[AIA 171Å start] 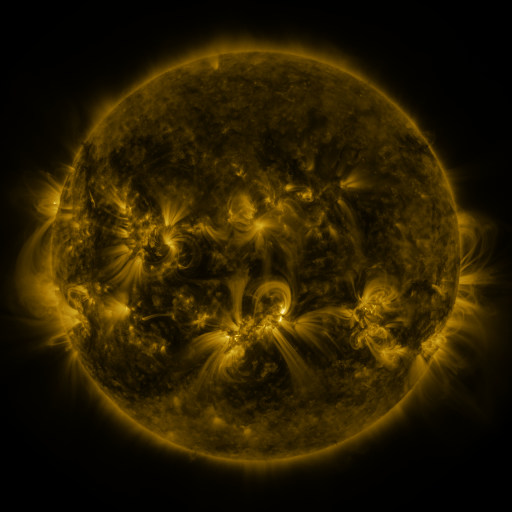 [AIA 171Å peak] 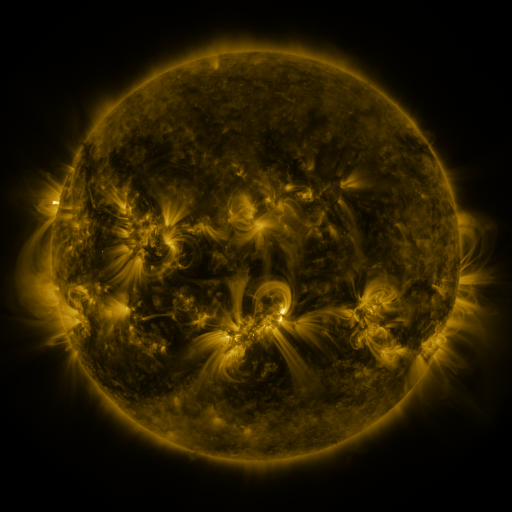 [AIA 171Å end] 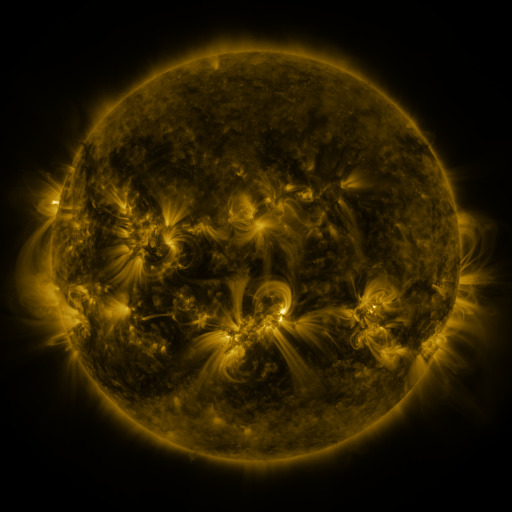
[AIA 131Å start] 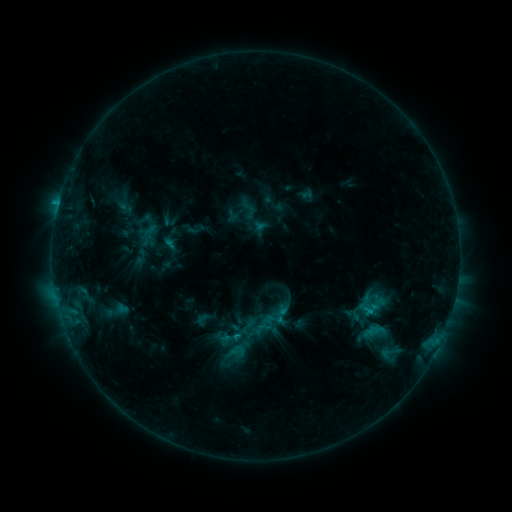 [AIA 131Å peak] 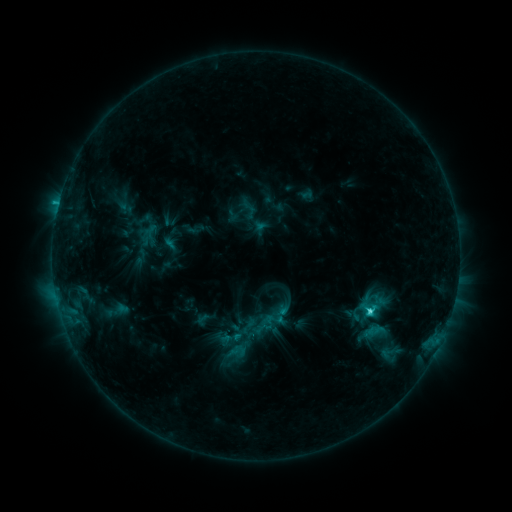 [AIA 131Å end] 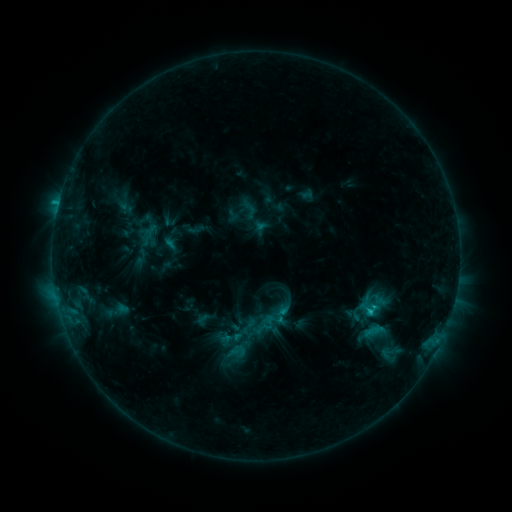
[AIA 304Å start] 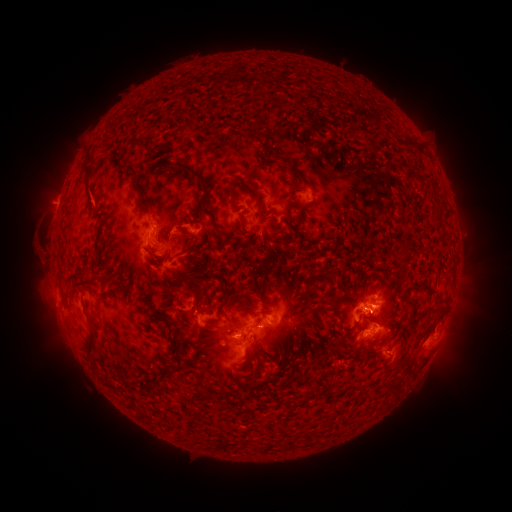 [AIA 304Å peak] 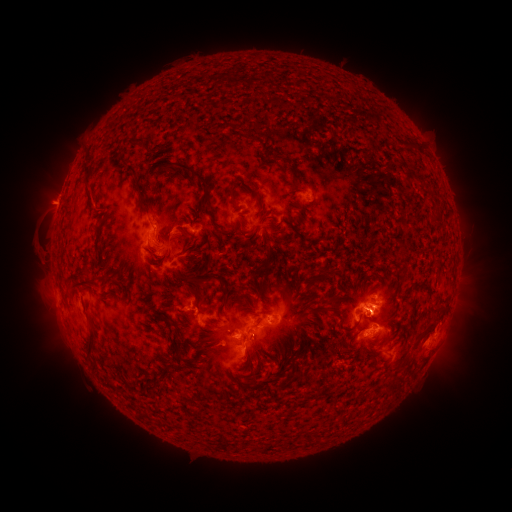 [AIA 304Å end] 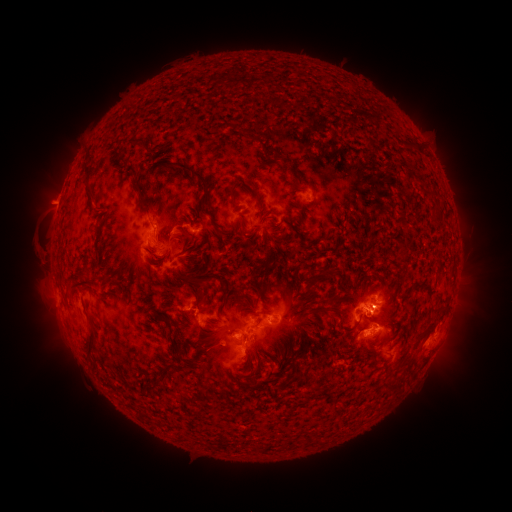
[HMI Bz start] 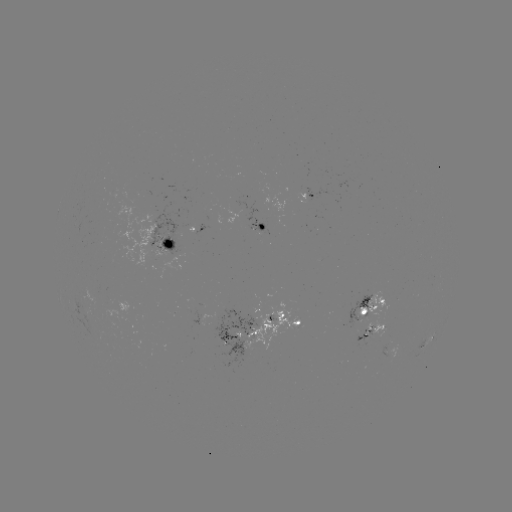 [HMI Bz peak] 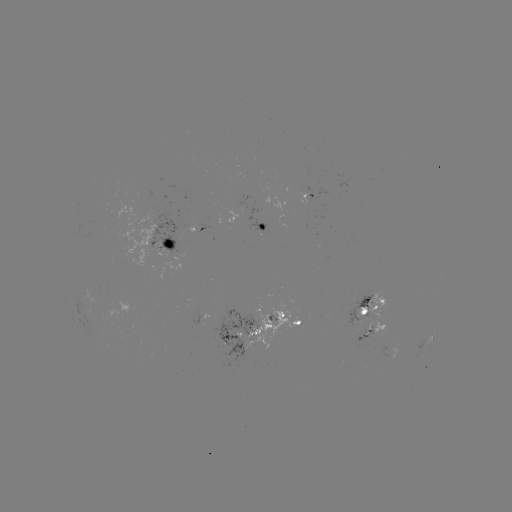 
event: flare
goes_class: C2.5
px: (369, 309)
